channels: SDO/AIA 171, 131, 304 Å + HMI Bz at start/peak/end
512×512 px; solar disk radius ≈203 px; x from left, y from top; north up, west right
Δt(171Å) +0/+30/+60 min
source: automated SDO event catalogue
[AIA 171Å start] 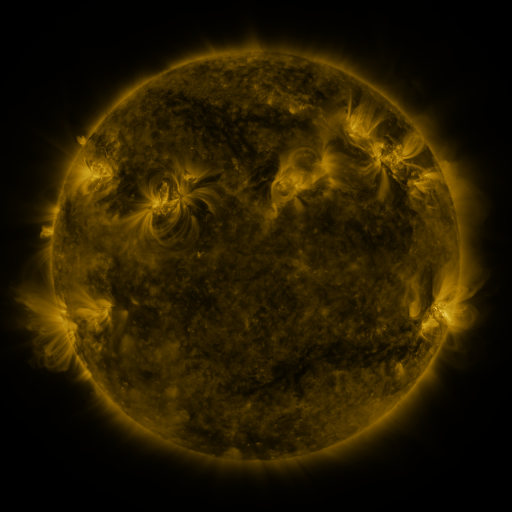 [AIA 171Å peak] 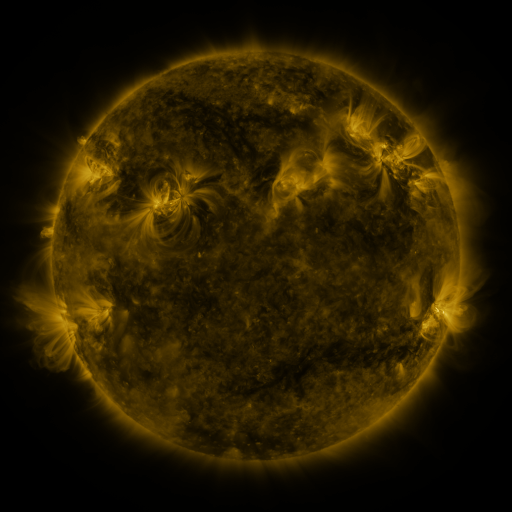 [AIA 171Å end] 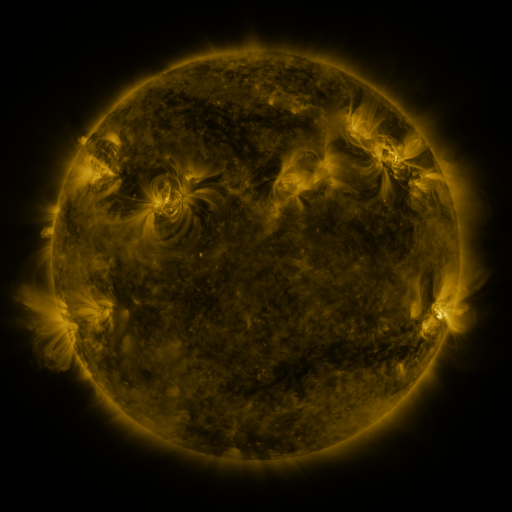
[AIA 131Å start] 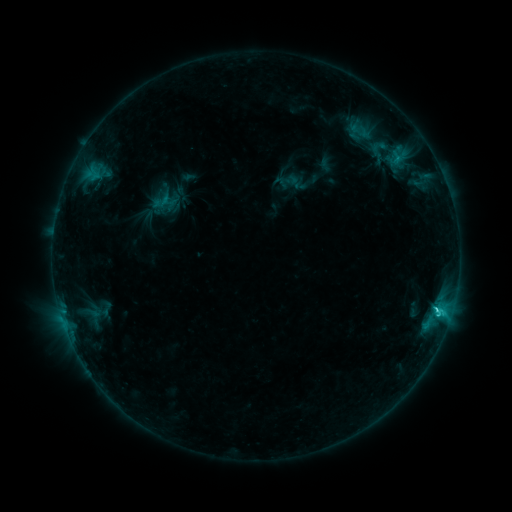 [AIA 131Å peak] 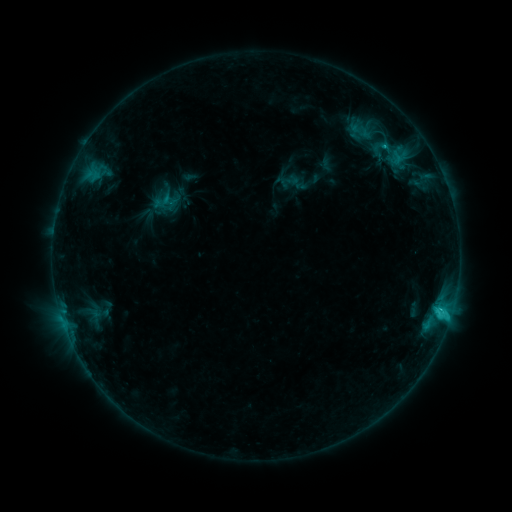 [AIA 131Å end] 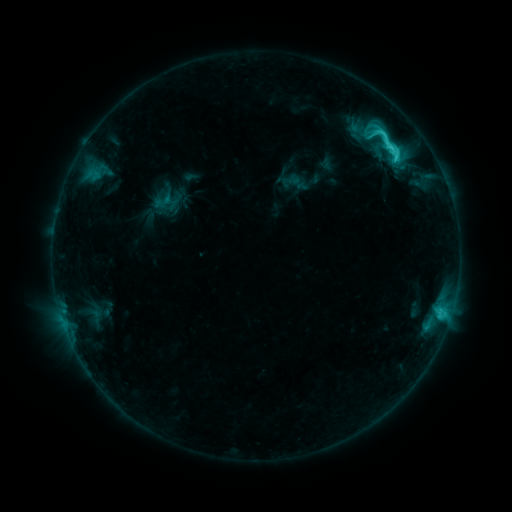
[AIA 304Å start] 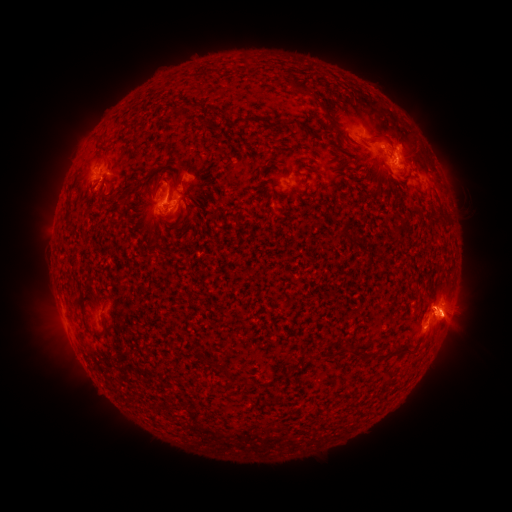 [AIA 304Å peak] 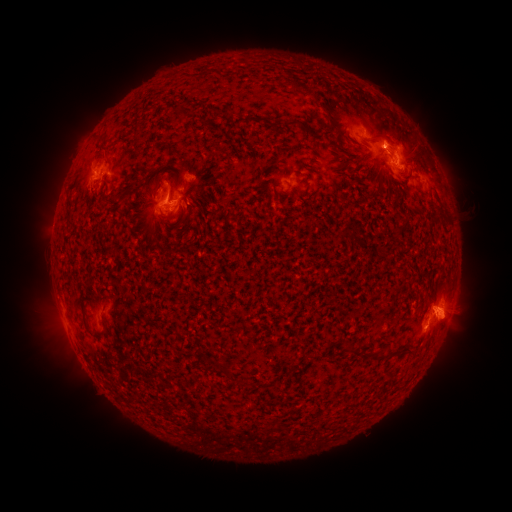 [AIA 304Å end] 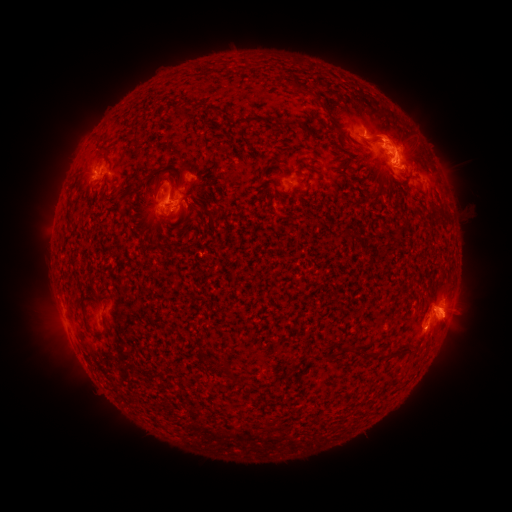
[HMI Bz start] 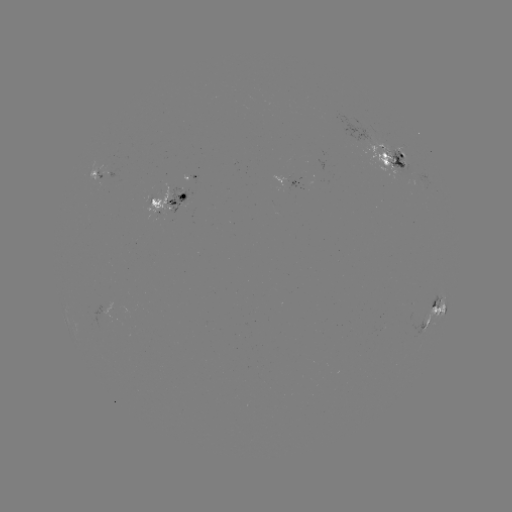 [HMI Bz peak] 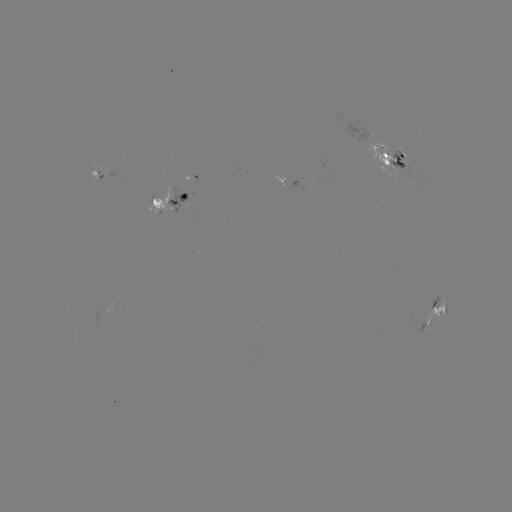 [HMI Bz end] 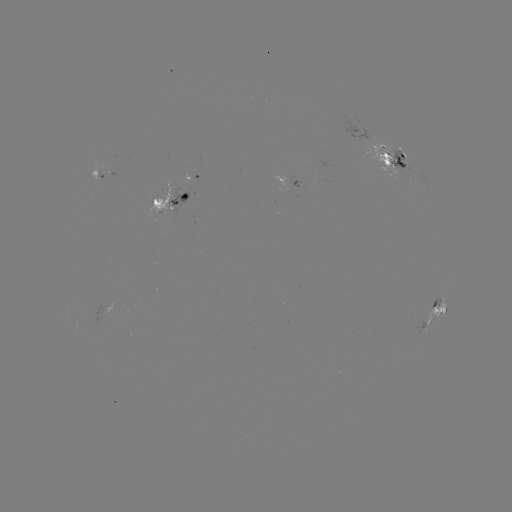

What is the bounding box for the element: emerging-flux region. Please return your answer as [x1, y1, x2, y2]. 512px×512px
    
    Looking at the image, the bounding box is [356, 136, 419, 178].